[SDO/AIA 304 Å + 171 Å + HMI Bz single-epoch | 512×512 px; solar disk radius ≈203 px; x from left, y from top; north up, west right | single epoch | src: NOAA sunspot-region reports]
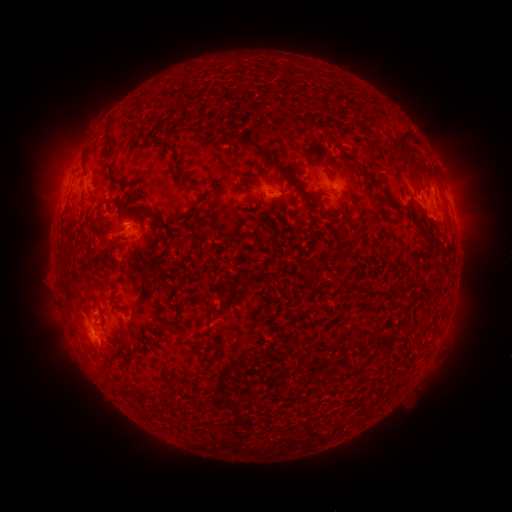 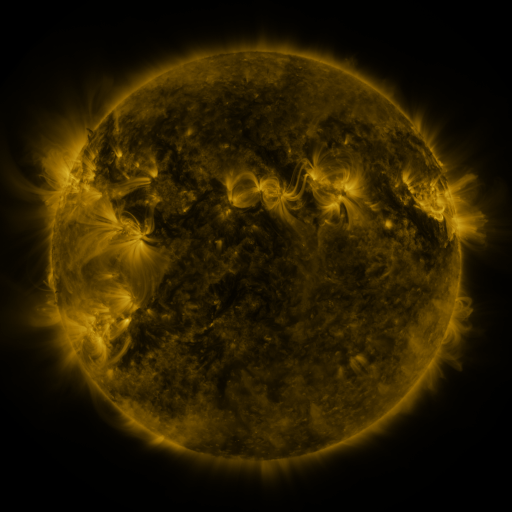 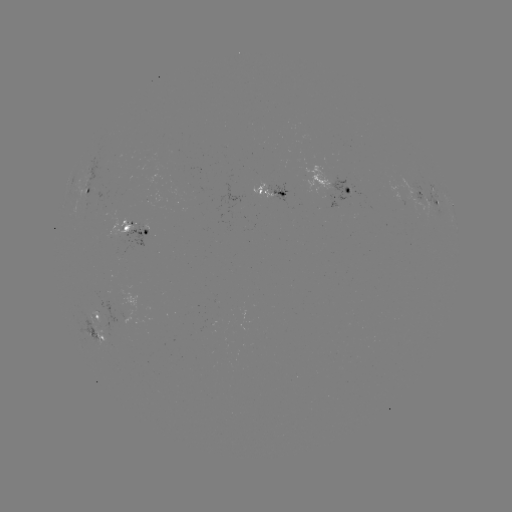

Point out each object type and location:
spotted active region: (332, 182)
spotted active region: (88, 194)
spotted active region: (276, 196)
spotted active region: (428, 197)
spotted active region: (452, 203)
spotted active region: (136, 233)
spotted active region: (98, 324)
